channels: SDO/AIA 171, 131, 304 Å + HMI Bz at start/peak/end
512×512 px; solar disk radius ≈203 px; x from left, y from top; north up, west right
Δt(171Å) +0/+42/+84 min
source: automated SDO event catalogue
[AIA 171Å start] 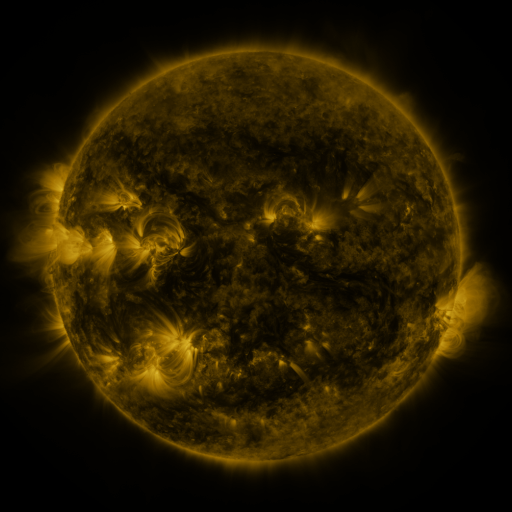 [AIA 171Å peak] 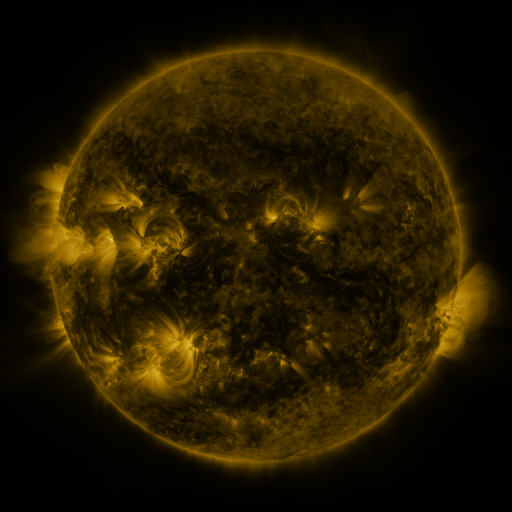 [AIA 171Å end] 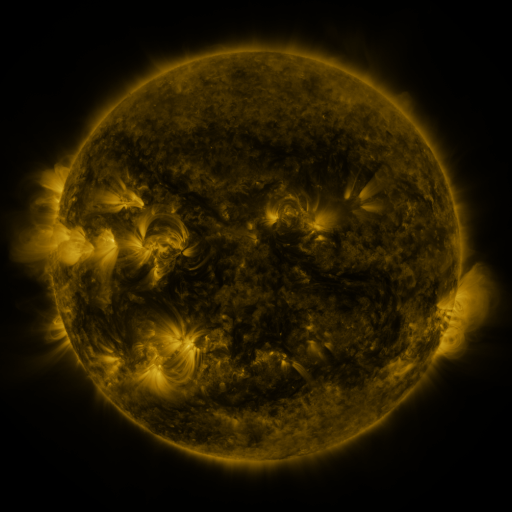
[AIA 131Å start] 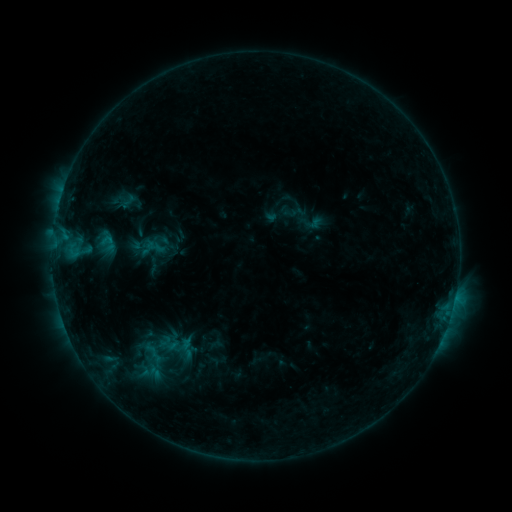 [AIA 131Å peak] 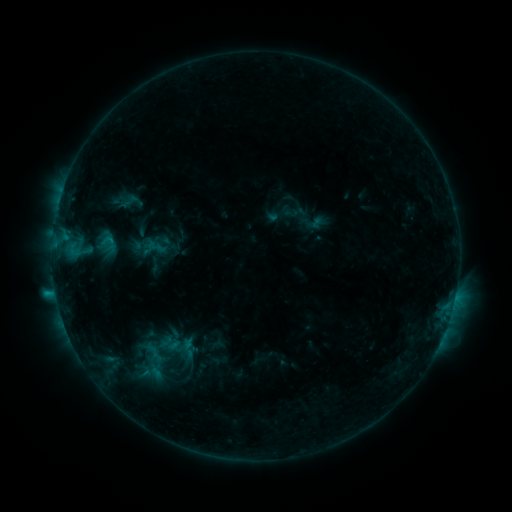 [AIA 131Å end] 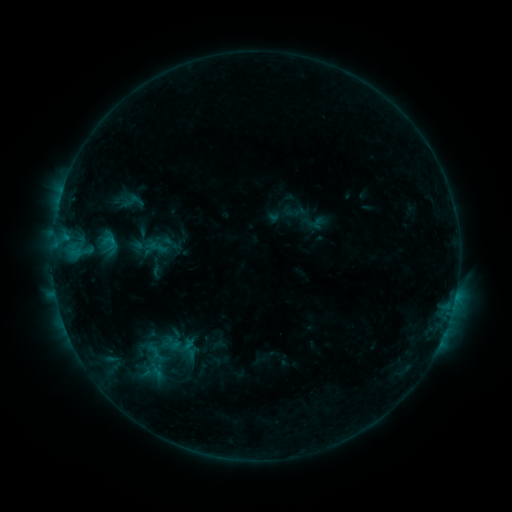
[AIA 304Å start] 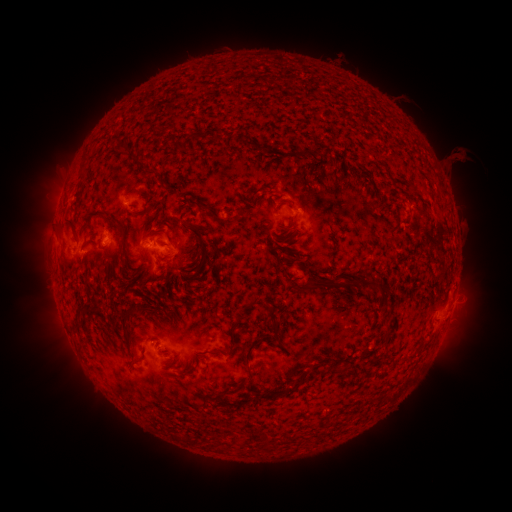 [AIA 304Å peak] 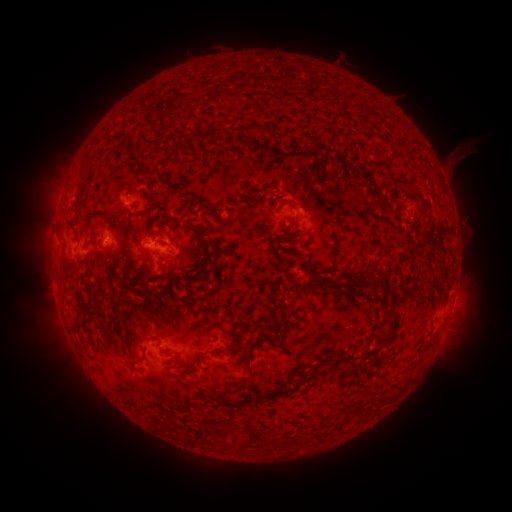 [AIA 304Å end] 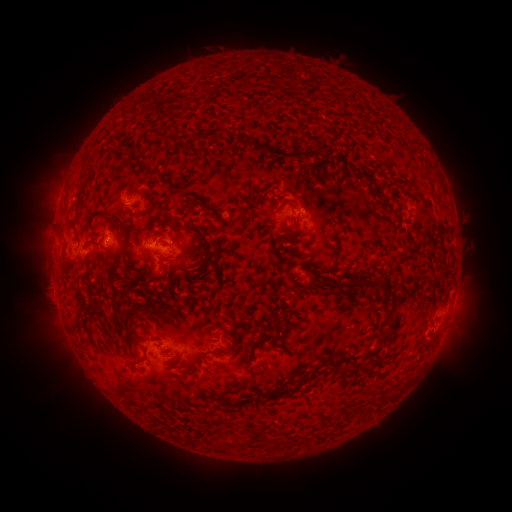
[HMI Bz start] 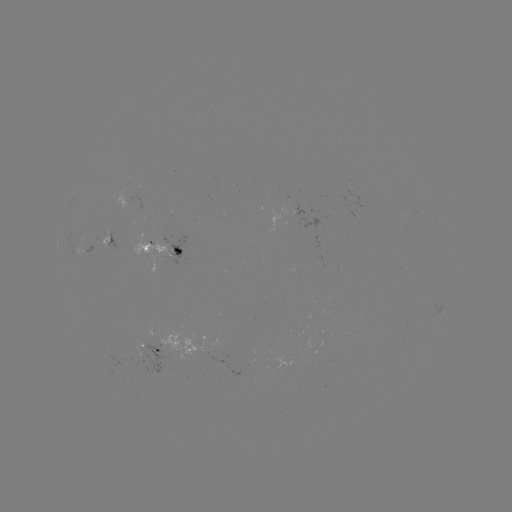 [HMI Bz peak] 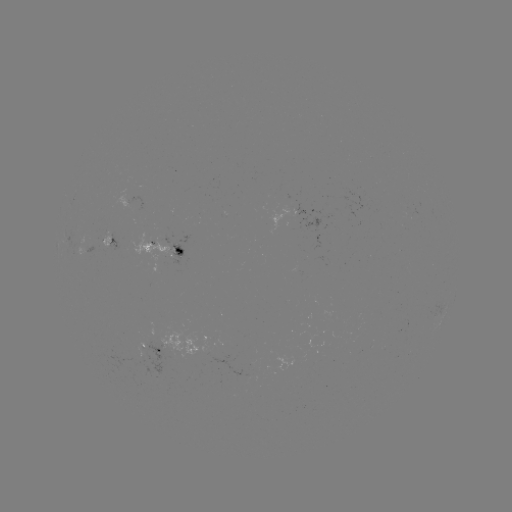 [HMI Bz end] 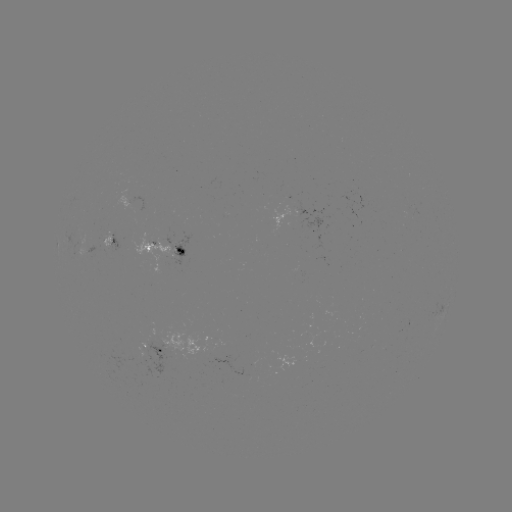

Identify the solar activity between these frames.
B9.2 flare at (56, 291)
